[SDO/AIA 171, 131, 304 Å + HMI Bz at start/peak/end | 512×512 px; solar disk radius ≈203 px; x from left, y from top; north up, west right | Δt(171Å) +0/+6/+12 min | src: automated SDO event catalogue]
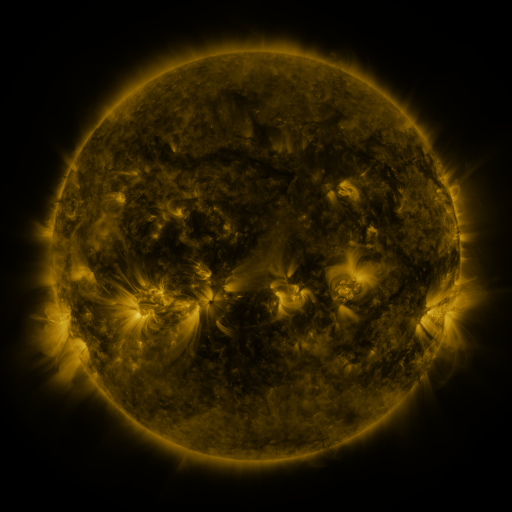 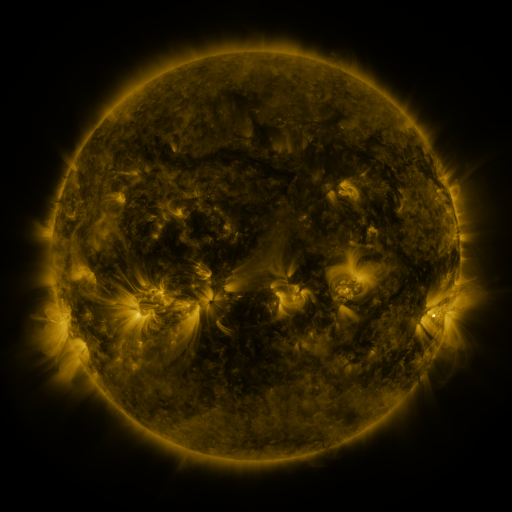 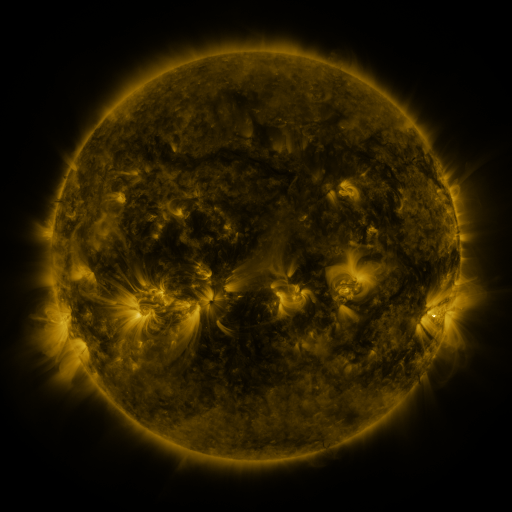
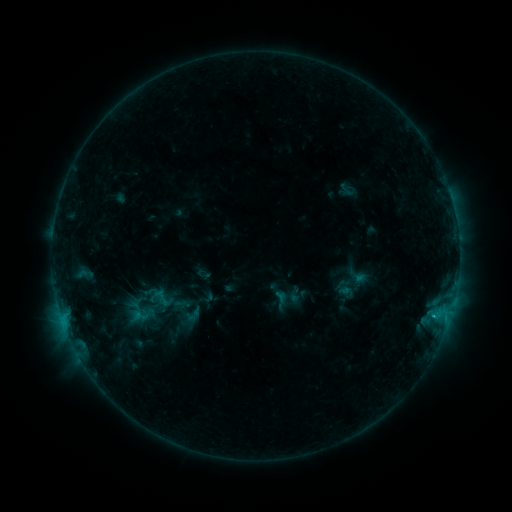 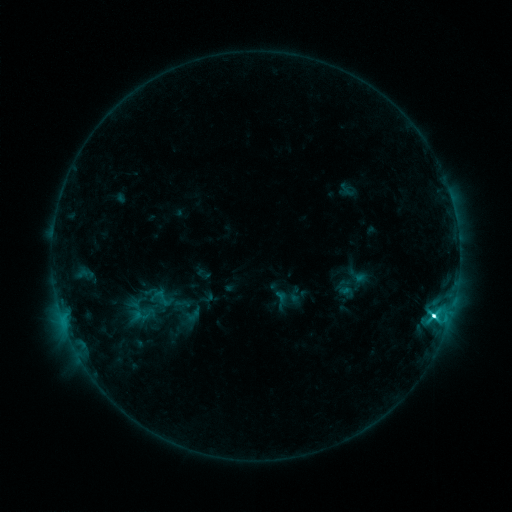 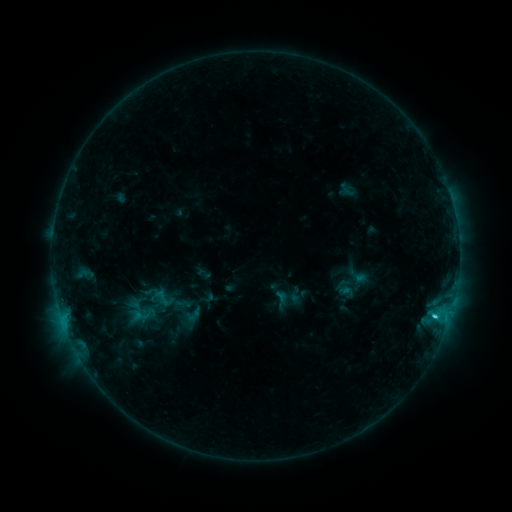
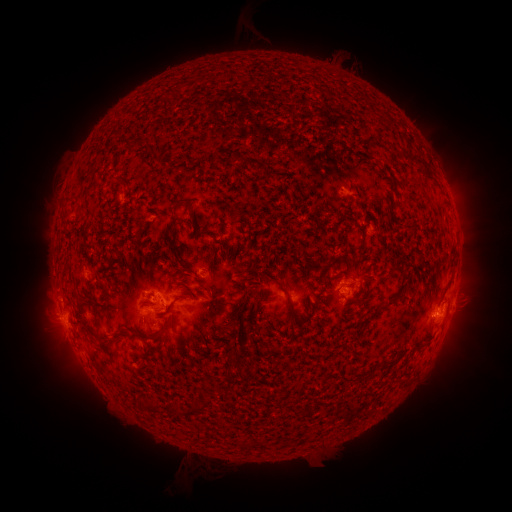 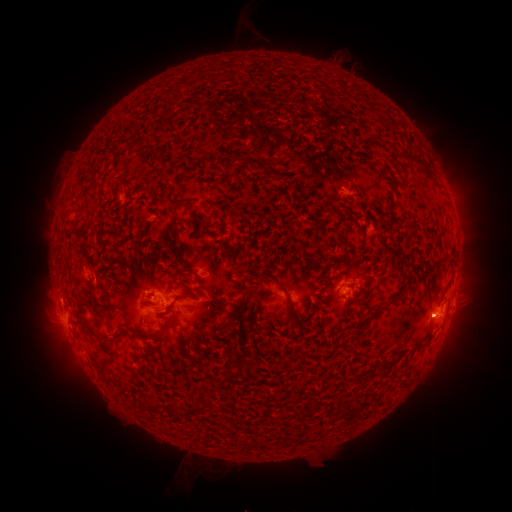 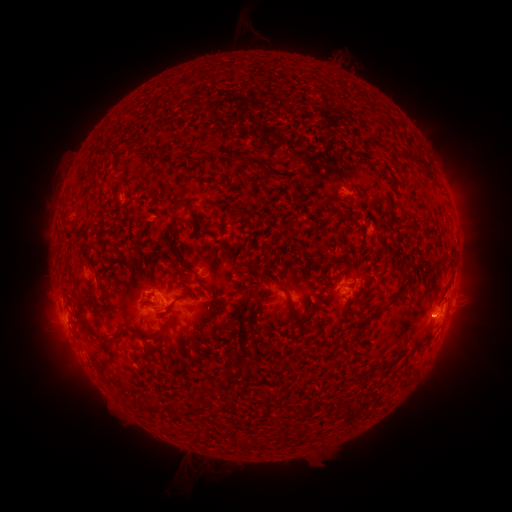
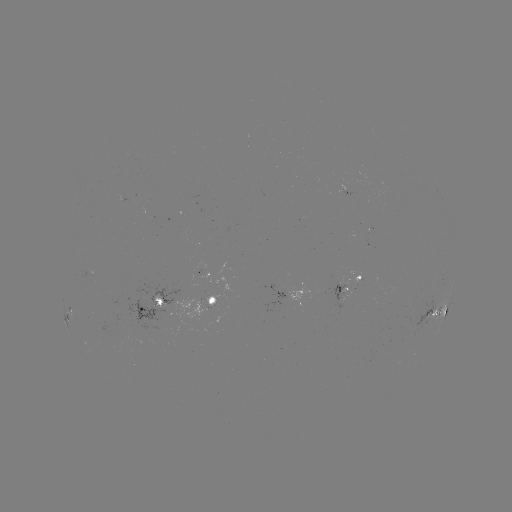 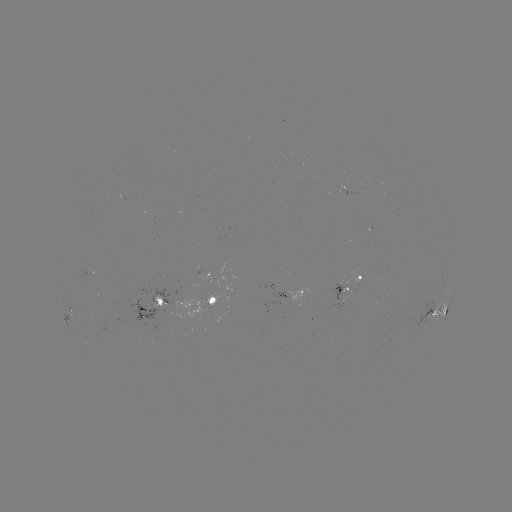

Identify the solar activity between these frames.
C5.3 flare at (433, 312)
